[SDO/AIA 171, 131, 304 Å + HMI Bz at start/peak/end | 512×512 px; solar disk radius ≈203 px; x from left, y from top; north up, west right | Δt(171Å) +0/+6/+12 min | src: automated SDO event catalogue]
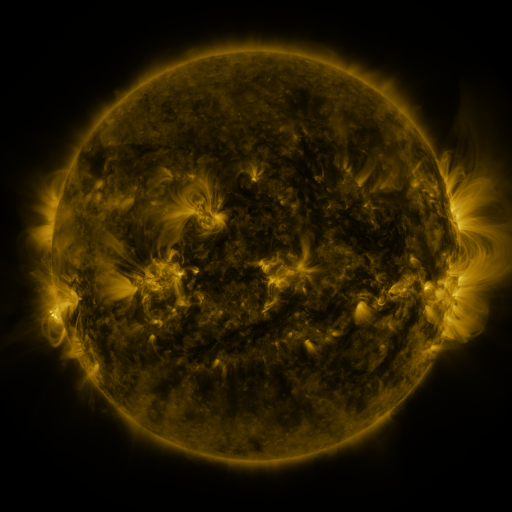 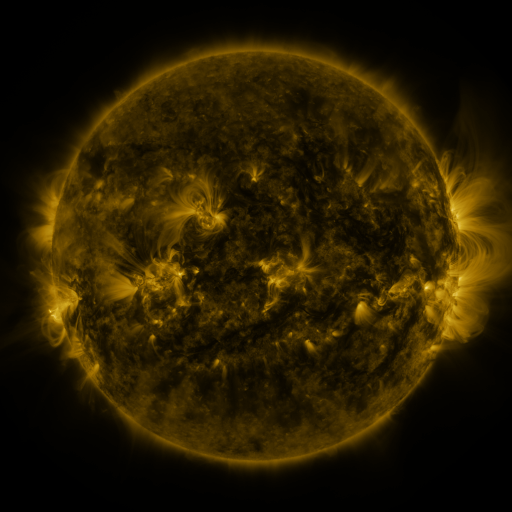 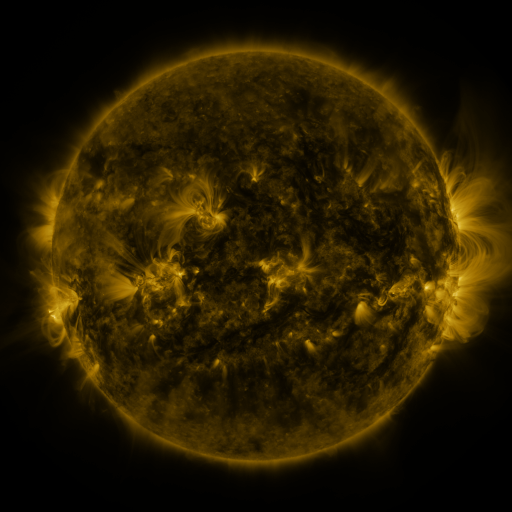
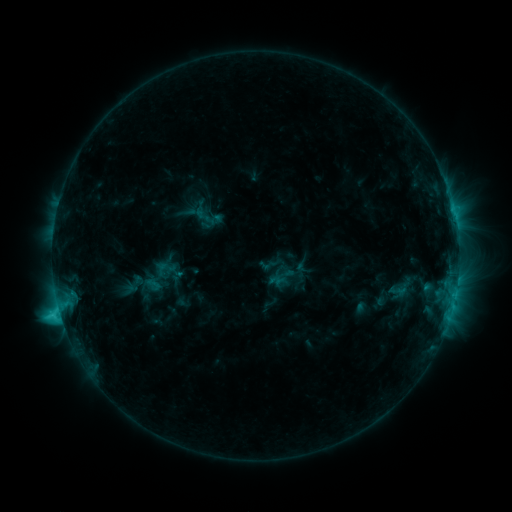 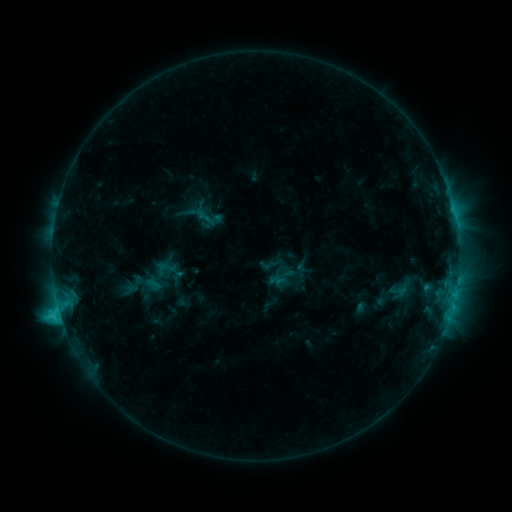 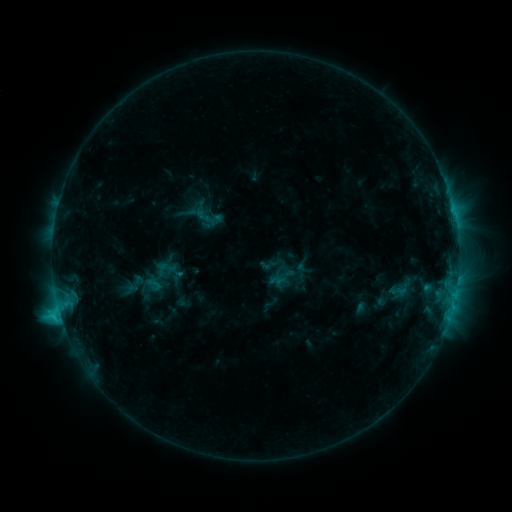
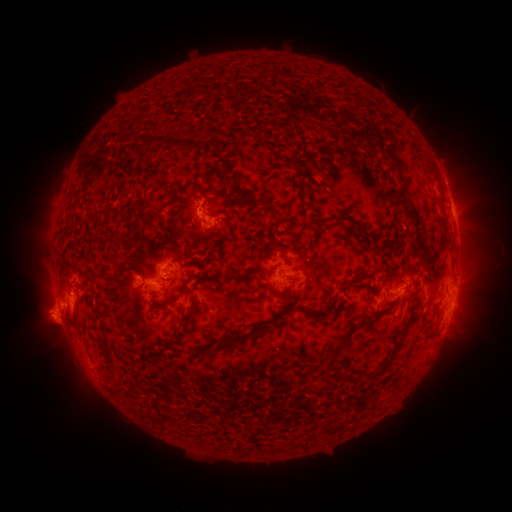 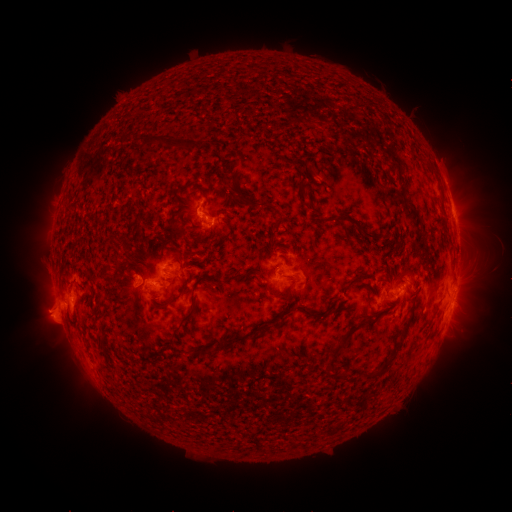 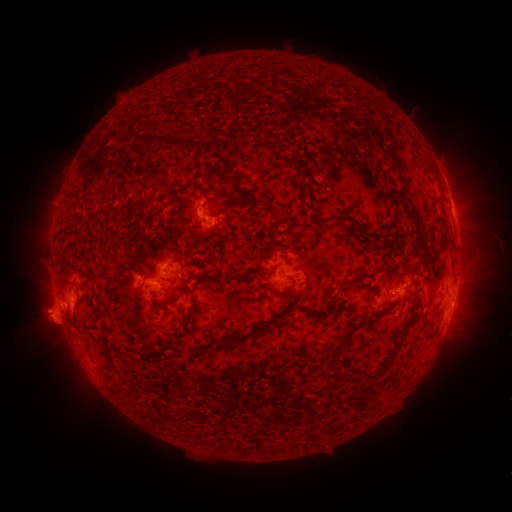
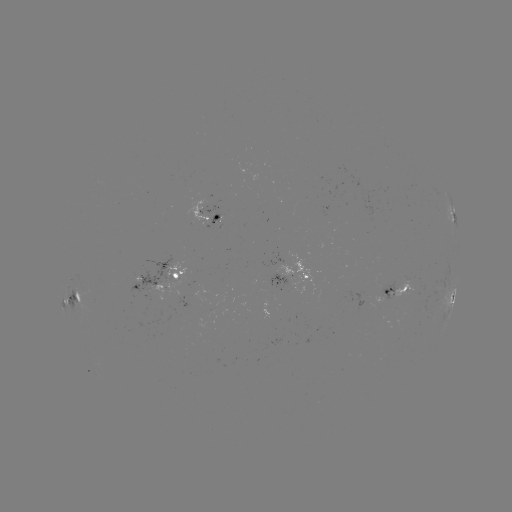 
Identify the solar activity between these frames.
no catalogued flare and no flagged EUV brightening in this window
